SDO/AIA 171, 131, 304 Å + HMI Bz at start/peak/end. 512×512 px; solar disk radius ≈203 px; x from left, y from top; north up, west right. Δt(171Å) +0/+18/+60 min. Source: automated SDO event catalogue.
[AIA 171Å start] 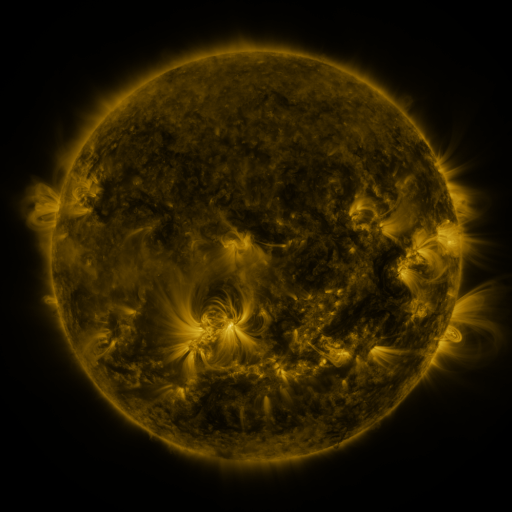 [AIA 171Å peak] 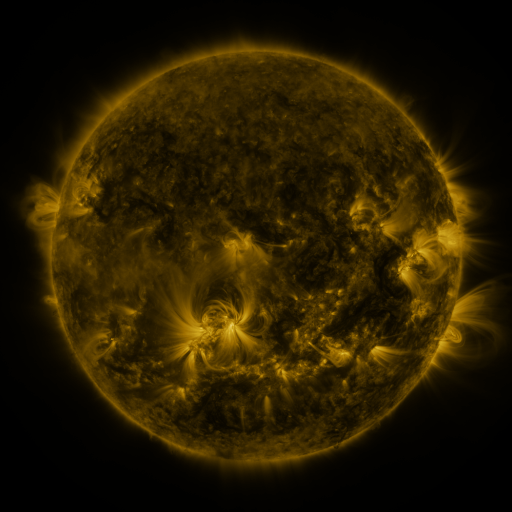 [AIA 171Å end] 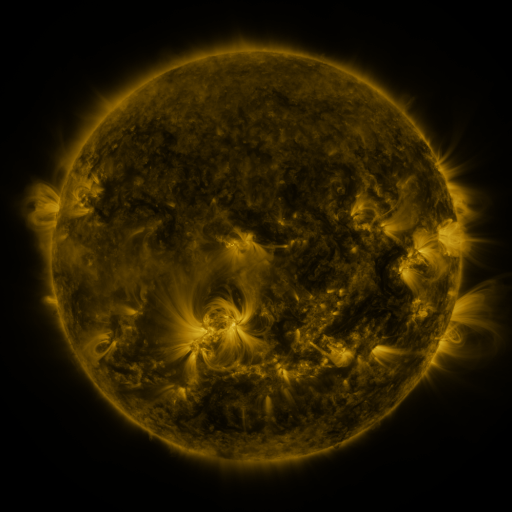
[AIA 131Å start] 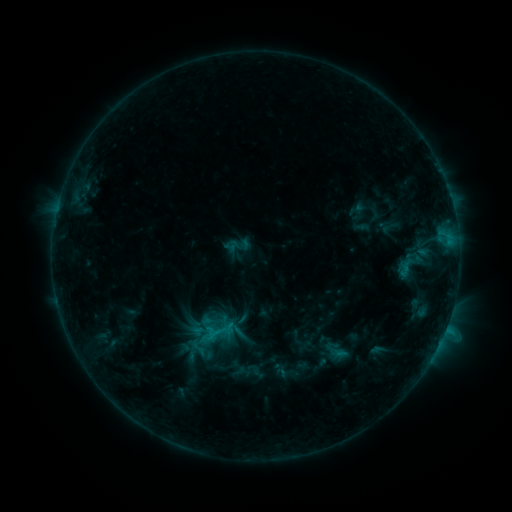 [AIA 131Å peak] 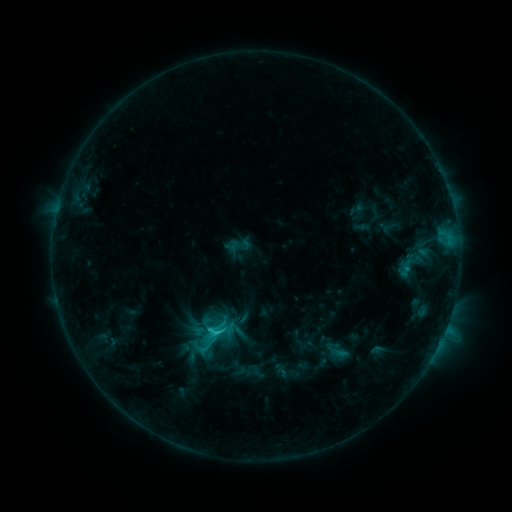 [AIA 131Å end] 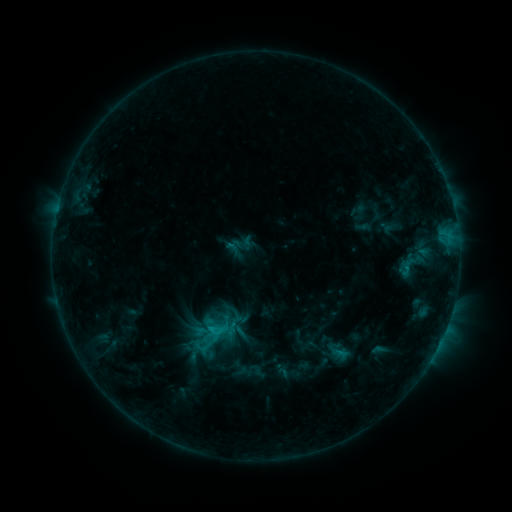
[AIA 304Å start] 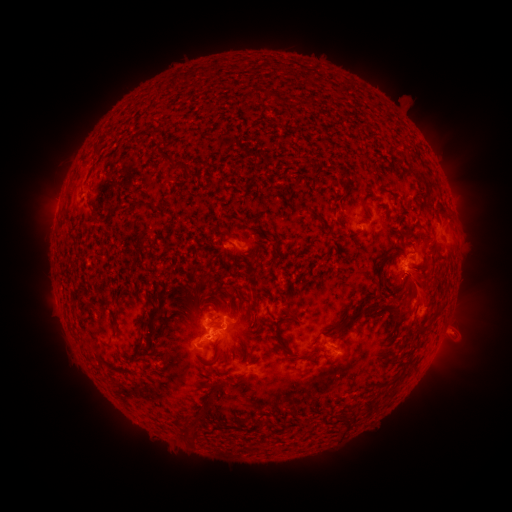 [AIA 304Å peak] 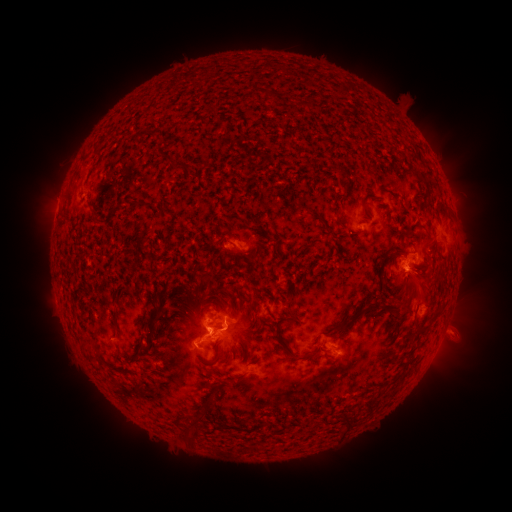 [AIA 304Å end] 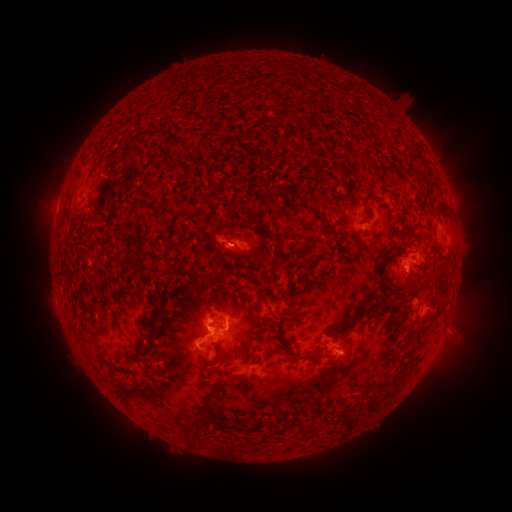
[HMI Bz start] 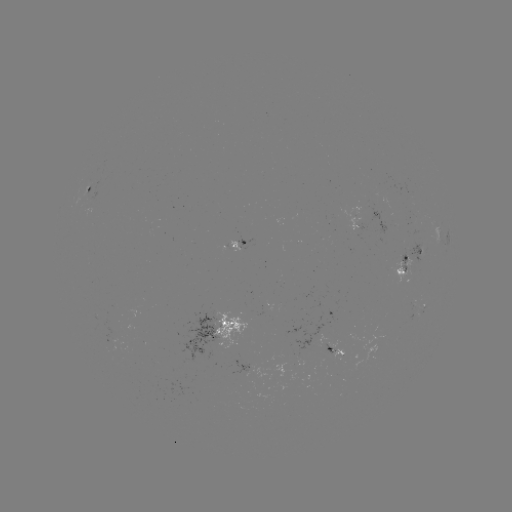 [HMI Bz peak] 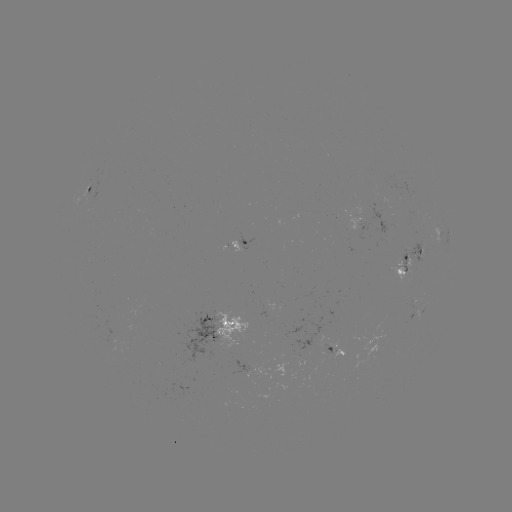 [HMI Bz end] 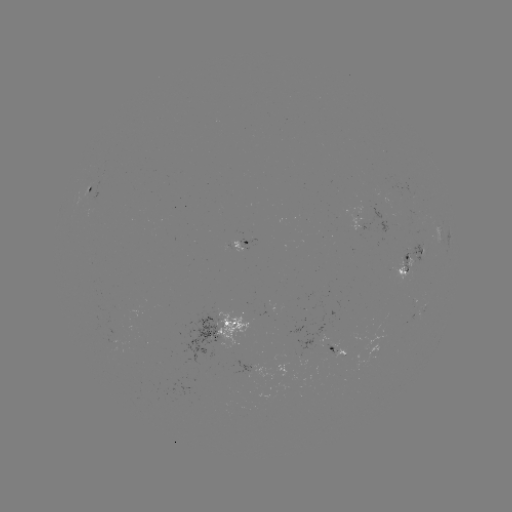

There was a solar flare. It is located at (218, 332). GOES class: C1.9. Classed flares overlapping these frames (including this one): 1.